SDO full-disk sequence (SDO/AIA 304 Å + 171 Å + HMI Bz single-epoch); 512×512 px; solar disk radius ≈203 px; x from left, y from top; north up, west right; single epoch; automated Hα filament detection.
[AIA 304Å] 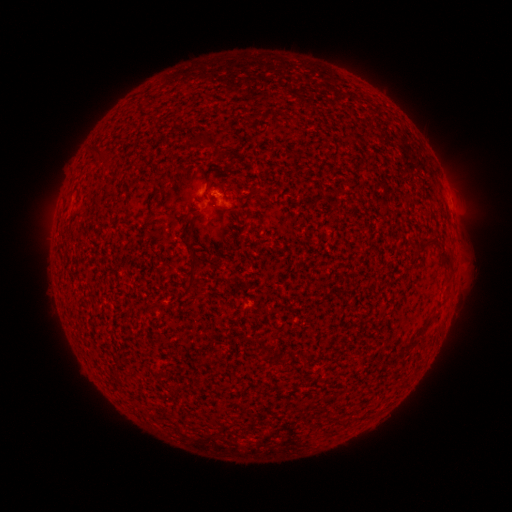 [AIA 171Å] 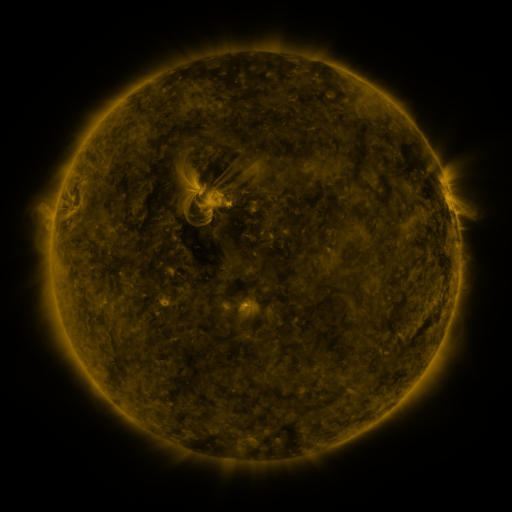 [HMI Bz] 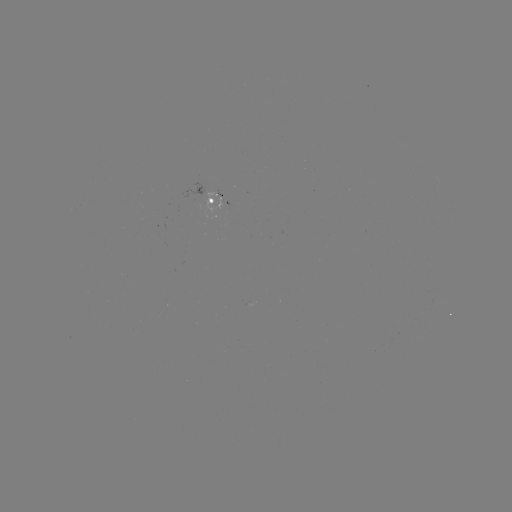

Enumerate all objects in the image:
filament: (97, 157)
filament: (425, 241)
filament: (442, 258)
filament: (188, 276)
filament: (407, 344)
